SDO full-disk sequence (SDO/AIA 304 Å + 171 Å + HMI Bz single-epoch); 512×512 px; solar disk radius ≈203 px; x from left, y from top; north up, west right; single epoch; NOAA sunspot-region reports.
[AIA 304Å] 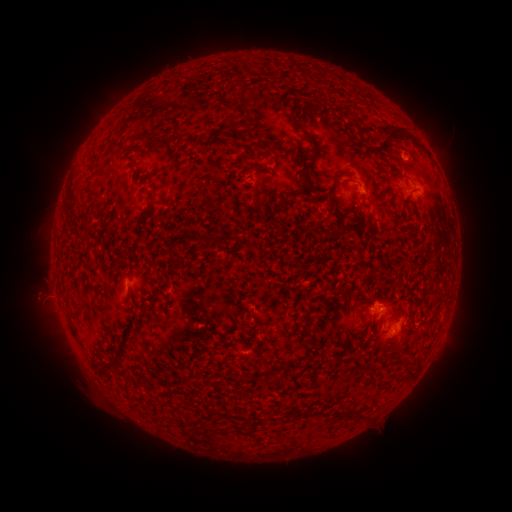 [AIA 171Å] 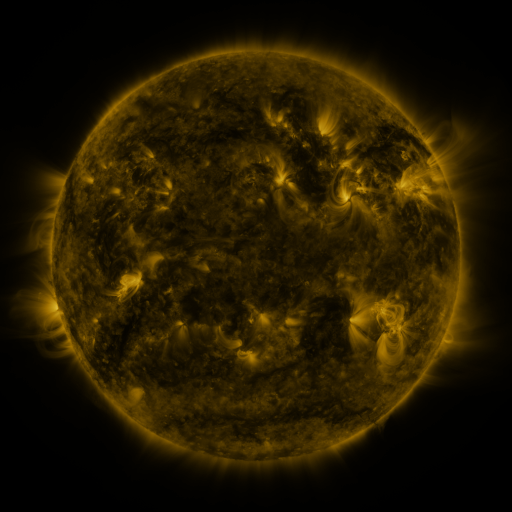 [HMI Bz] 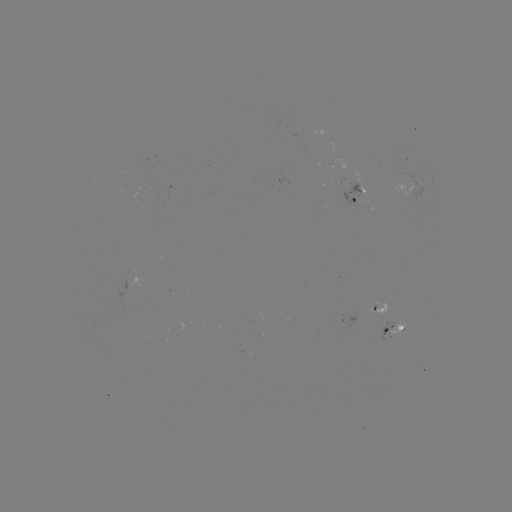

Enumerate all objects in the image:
spotted active region: (353, 206)
spotted active region: (139, 285)
spotted active region: (379, 307)
spotted active region: (397, 326)
